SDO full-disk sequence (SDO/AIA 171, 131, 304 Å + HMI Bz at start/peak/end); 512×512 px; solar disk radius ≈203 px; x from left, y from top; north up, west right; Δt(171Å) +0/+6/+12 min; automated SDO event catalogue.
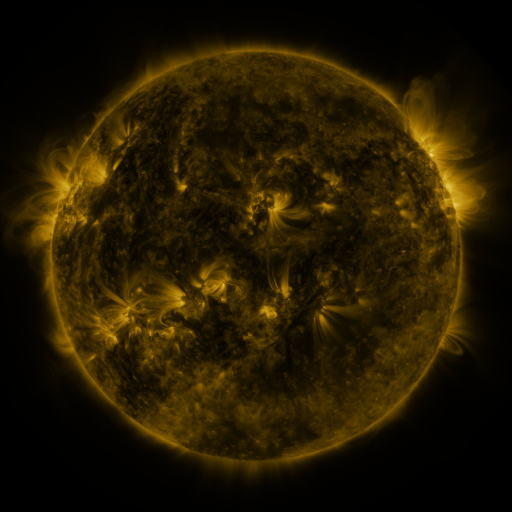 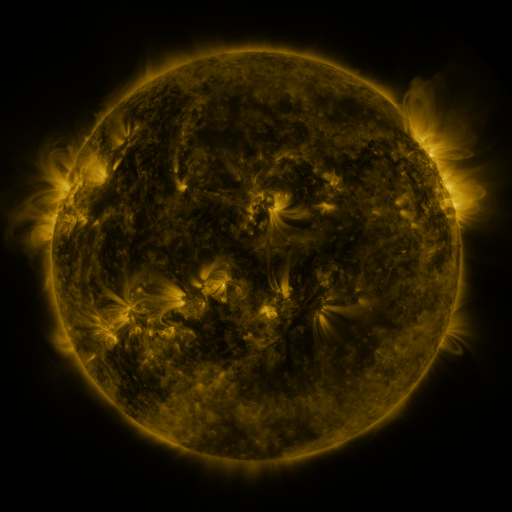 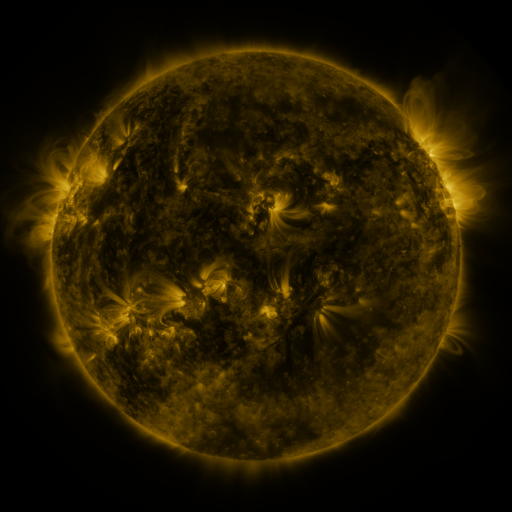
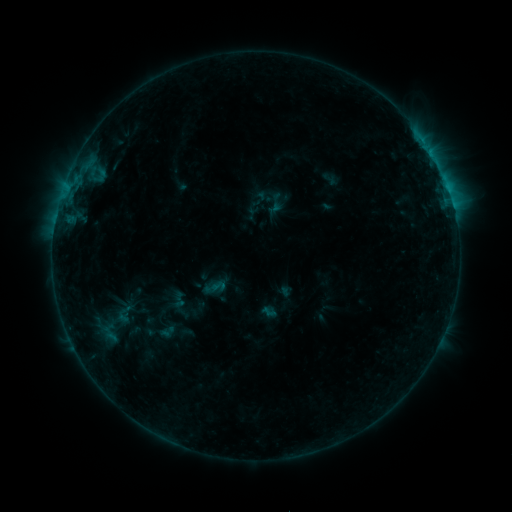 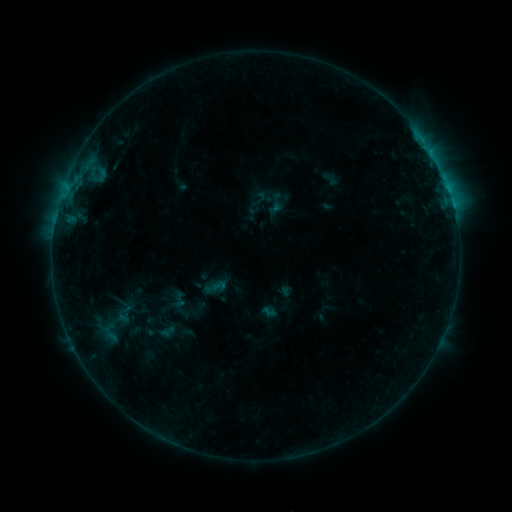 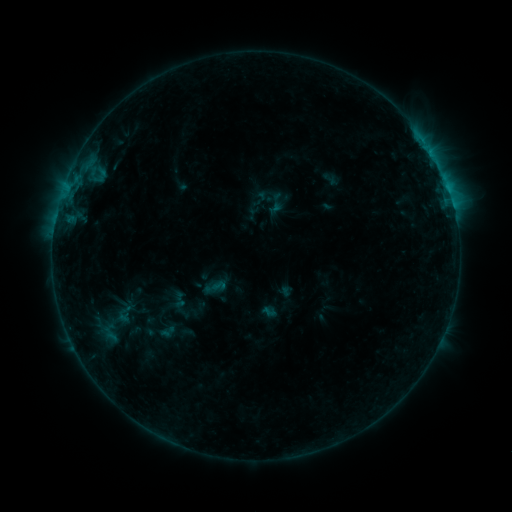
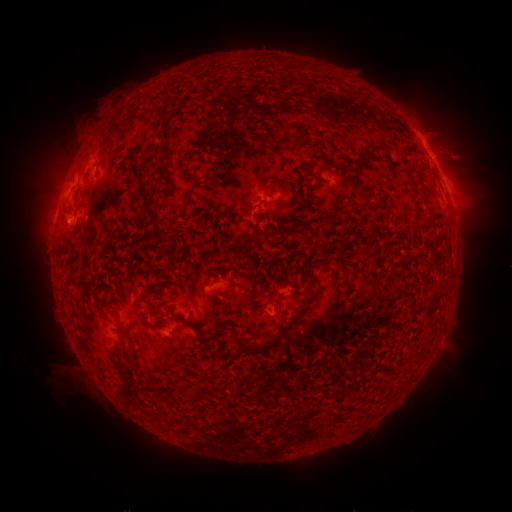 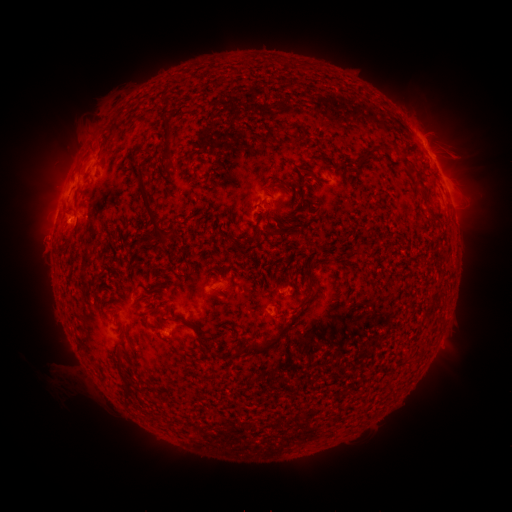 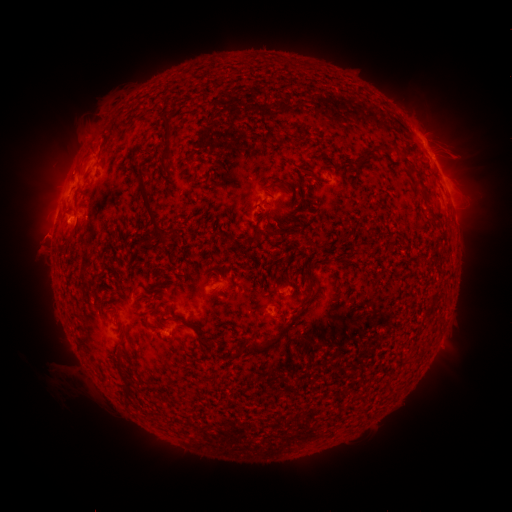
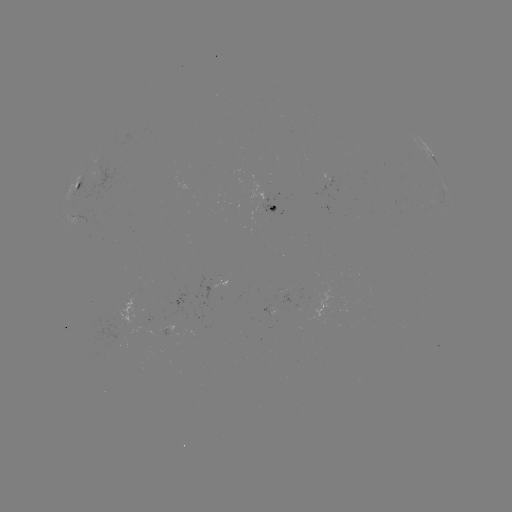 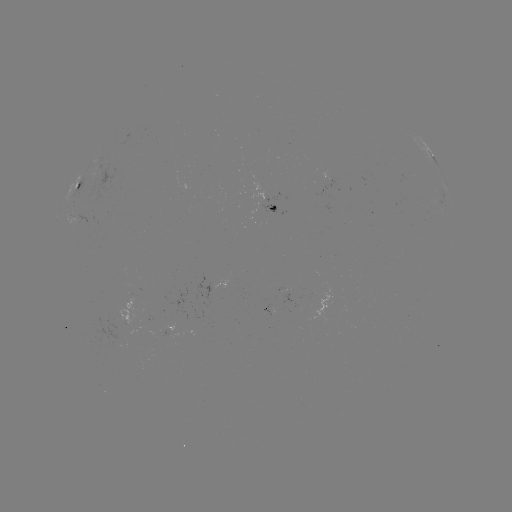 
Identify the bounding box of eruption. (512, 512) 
[20, 223, 66, 269].